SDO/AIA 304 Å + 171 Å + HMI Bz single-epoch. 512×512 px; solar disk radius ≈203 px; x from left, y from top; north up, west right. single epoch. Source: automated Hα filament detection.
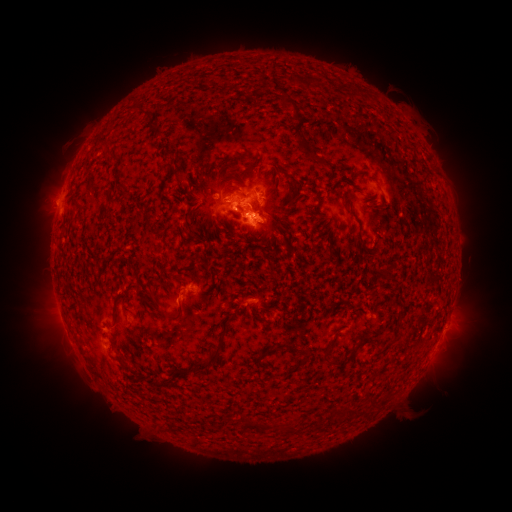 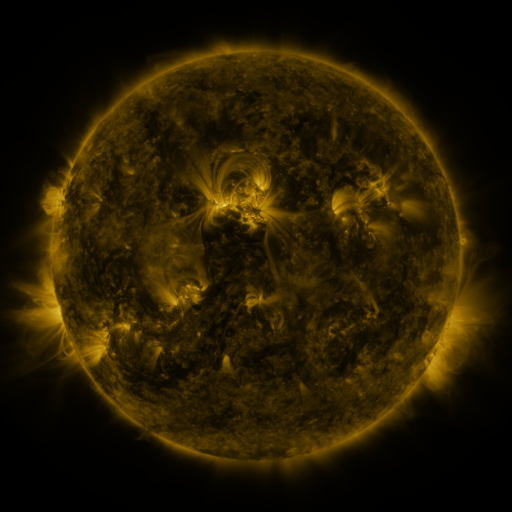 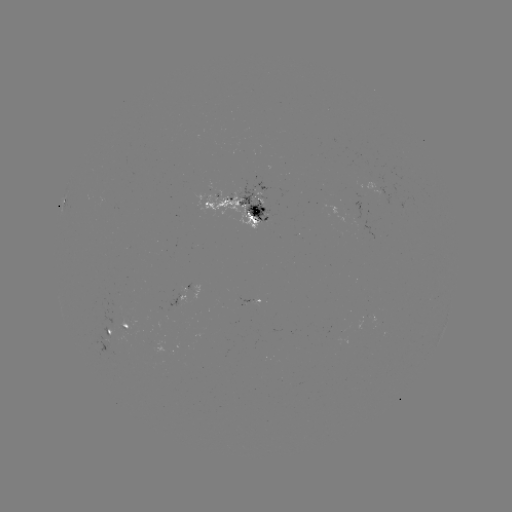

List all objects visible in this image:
filament: <bbox>303, 75, 317, 90</bbox>
filament: <bbox>284, 95, 297, 108</bbox>
filament: <bbox>176, 173, 188, 183</bbox>
filament: <bbox>229, 185, 241, 193</bbox>
filament: <bbox>283, 197, 297, 209</bbox>
filament: <bbox>345, 208, 357, 219</bbox>
filament: <bbox>265, 217, 277, 233</bbox>
filament: <bbox>169, 275, 182, 281</bbox>
filament: <bbox>111, 291, 130, 315</bbox>
filament: <bbox>164, 302, 183, 321</bbox>
filament: <bbox>361, 337, 374, 346</bbox>
filament: <bbox>195, 342, 221, 372</bbox>
filament: <bbox>263, 348, 274, 356</bbox>
filament: <bbox>319, 348, 335, 367</bbox>
filament: <bbox>282, 364, 299, 378</bbox>
filament: <bbox>344, 407, 357, 417</bbox>
filament: <bbox>241, 417, 264, 431</bbox>
